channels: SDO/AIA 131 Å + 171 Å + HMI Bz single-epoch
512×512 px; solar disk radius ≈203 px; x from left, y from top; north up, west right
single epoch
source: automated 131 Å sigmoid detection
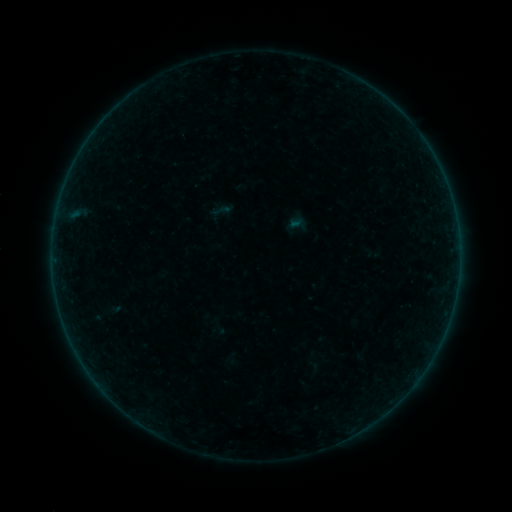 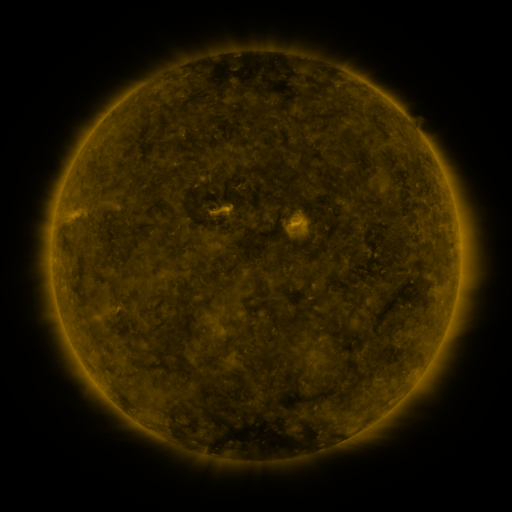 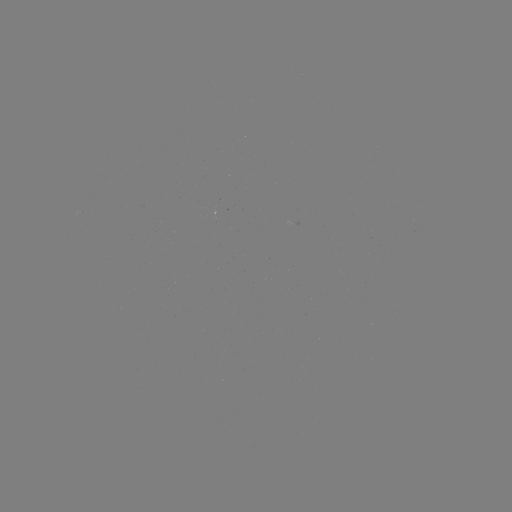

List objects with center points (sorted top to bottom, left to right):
sigmoid: (221, 210)
